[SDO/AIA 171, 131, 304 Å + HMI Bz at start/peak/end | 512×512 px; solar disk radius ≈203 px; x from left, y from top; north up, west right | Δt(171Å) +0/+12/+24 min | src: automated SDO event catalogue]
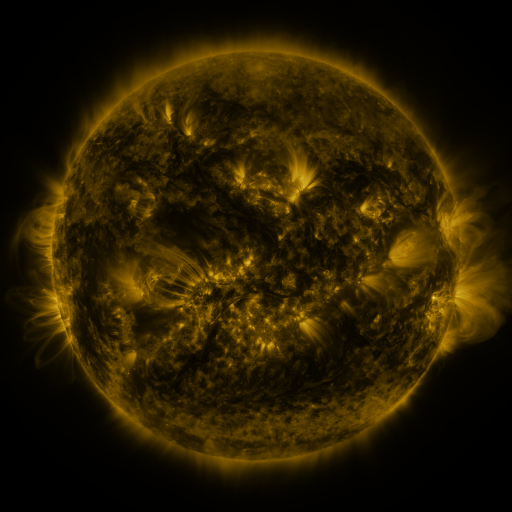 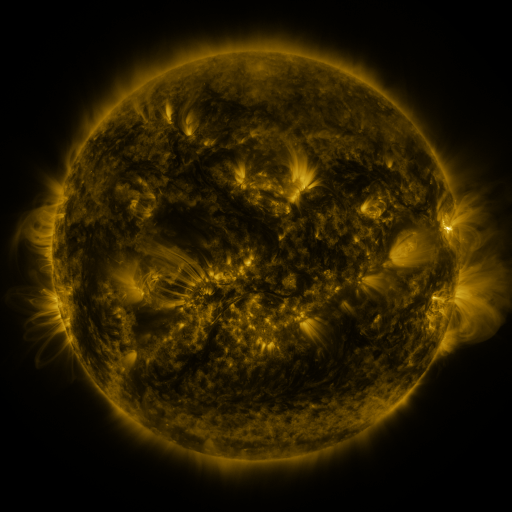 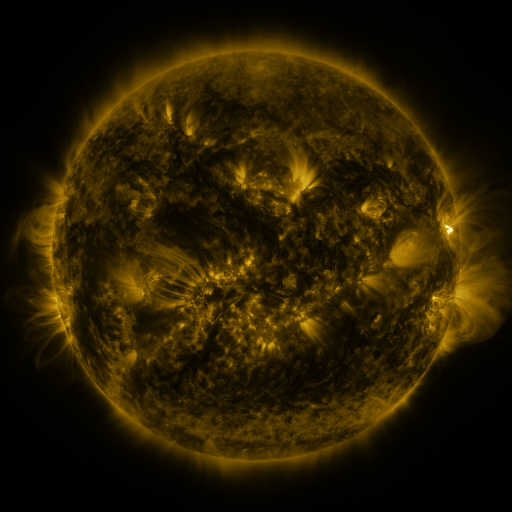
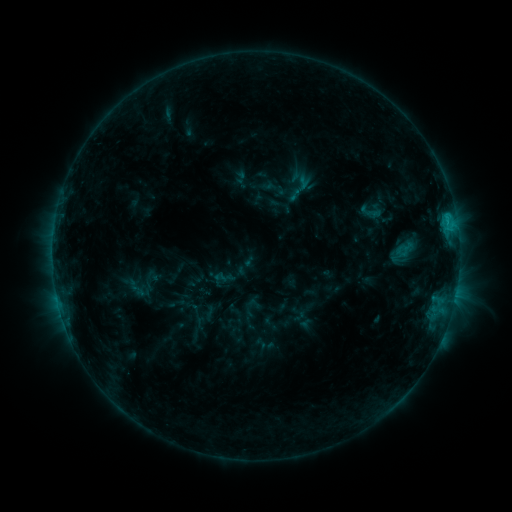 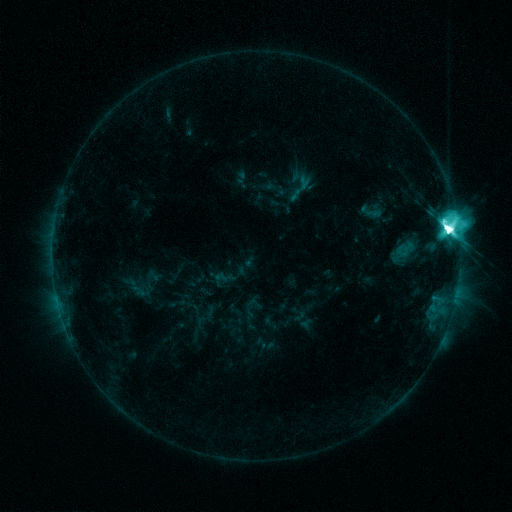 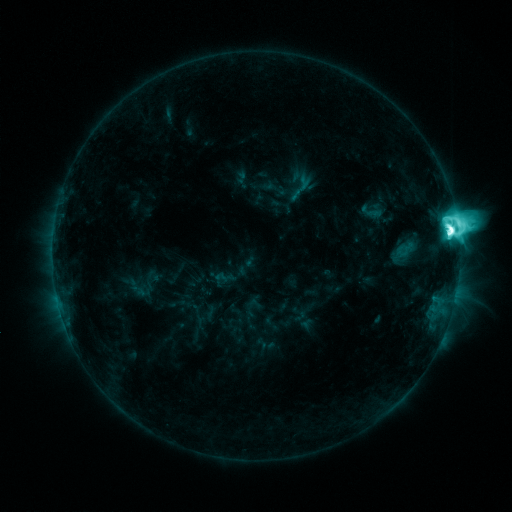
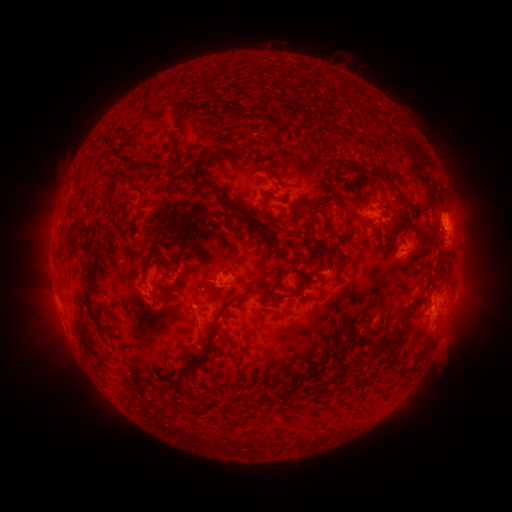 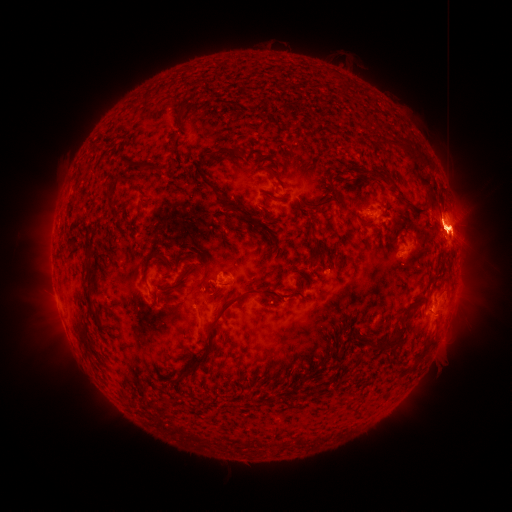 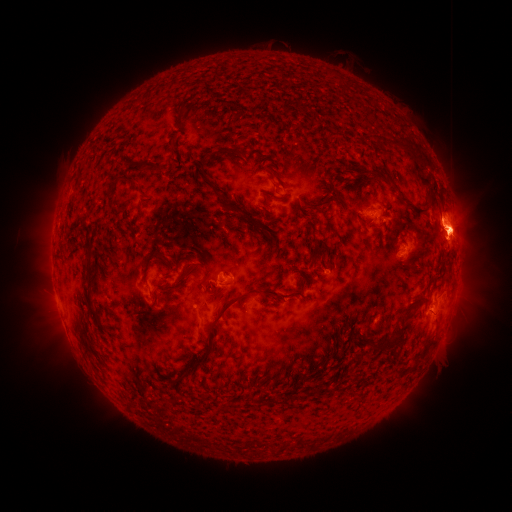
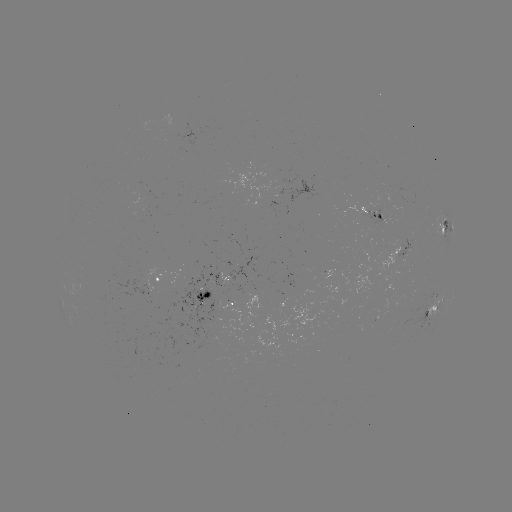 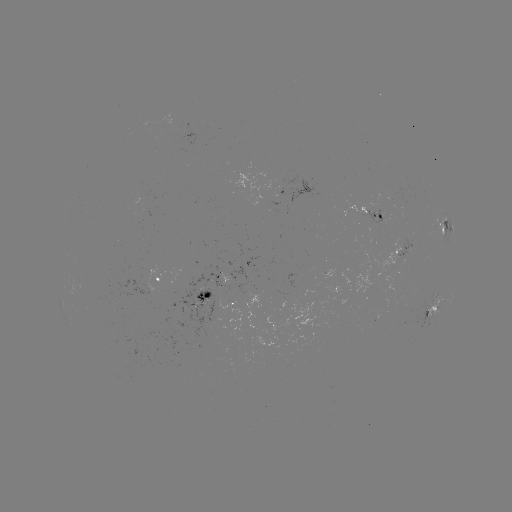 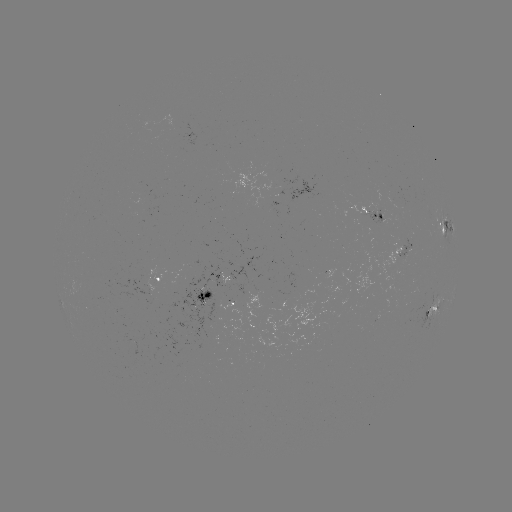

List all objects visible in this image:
M5.6 flare: (446, 229)
